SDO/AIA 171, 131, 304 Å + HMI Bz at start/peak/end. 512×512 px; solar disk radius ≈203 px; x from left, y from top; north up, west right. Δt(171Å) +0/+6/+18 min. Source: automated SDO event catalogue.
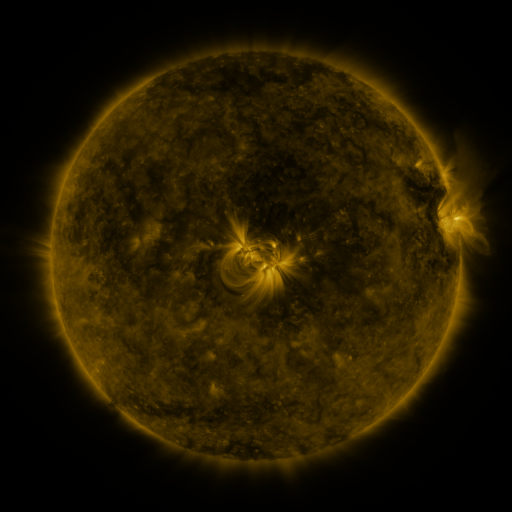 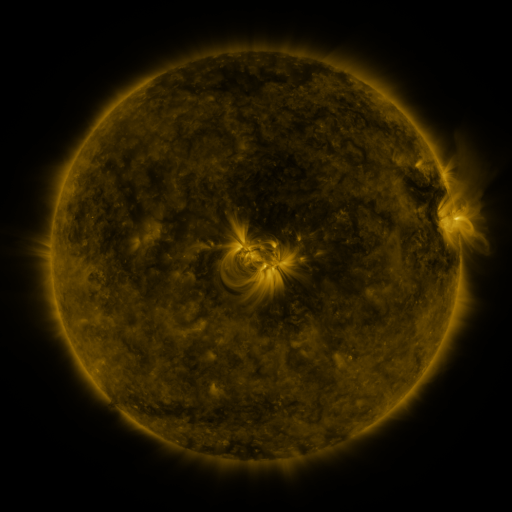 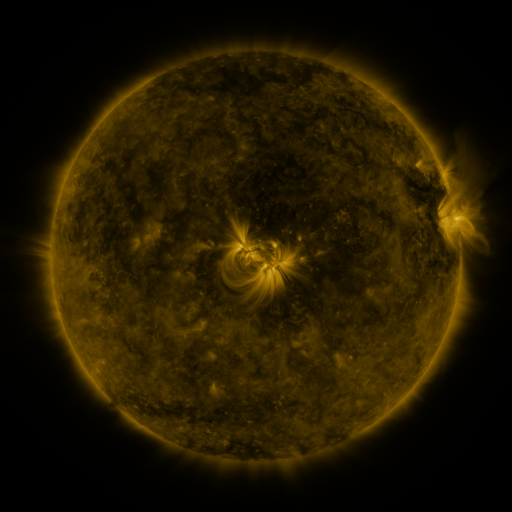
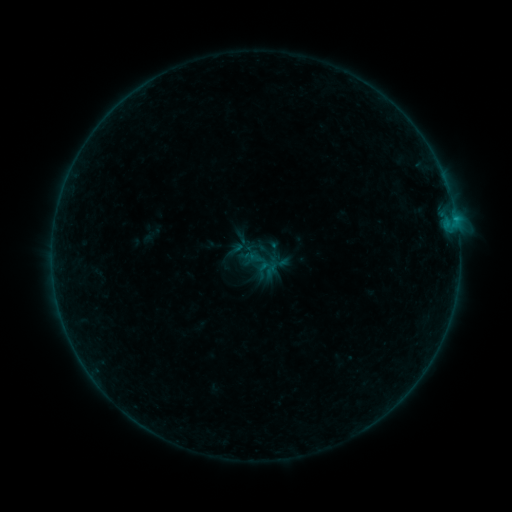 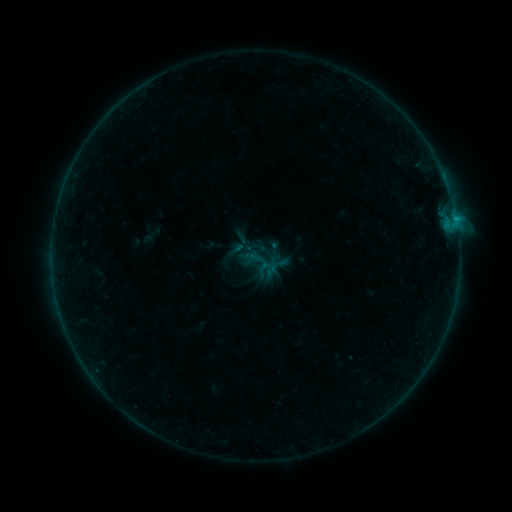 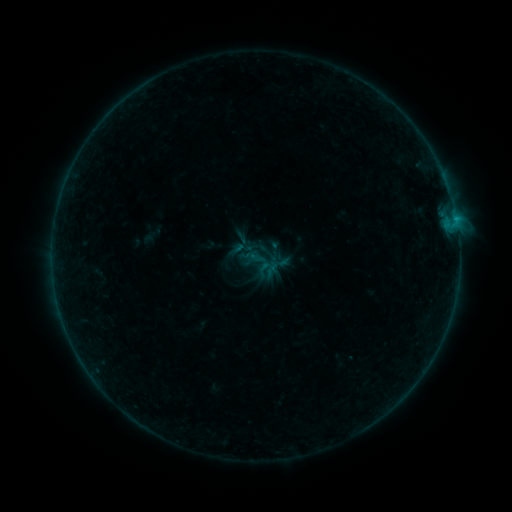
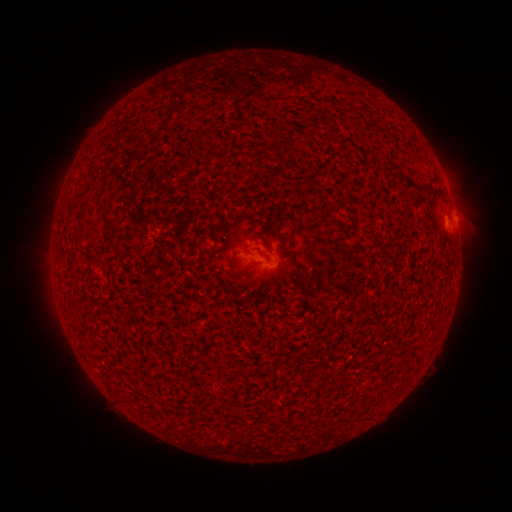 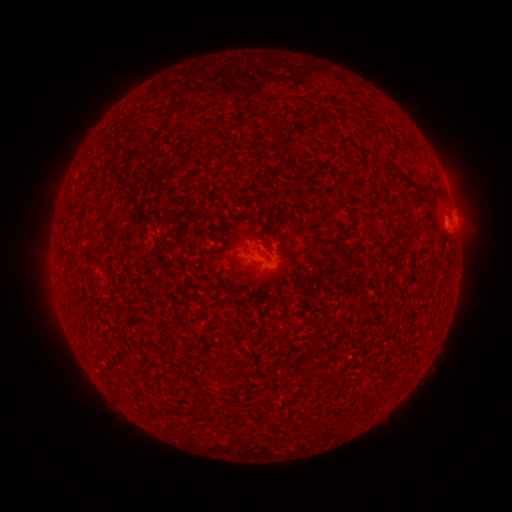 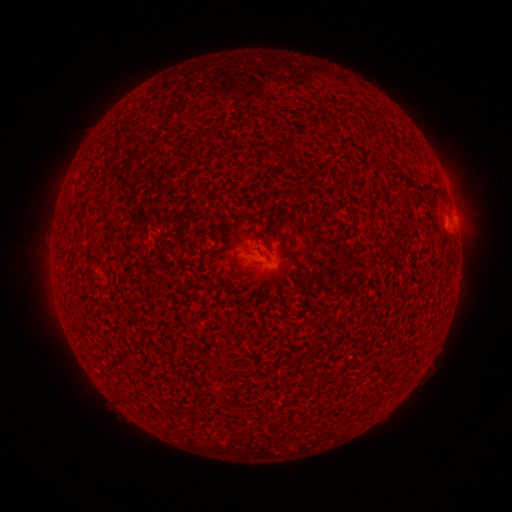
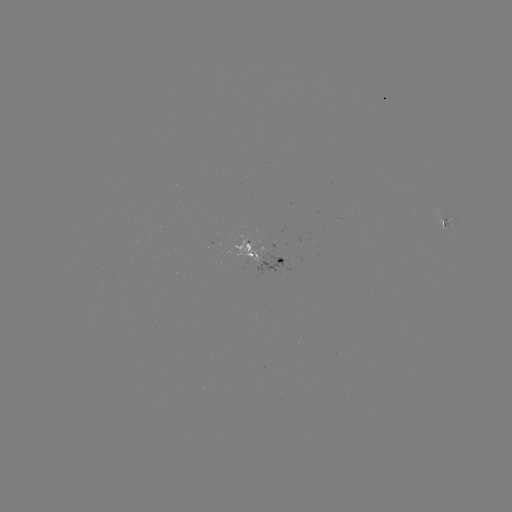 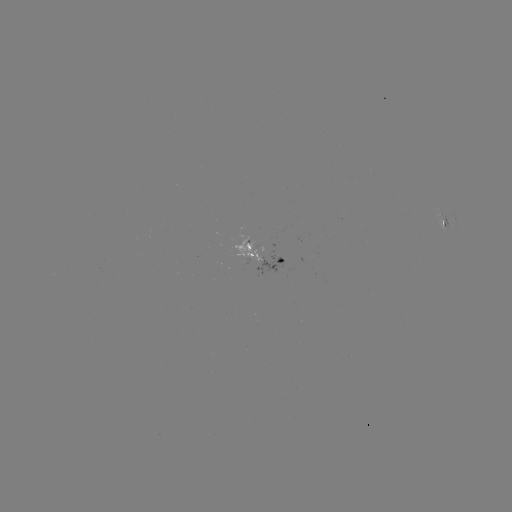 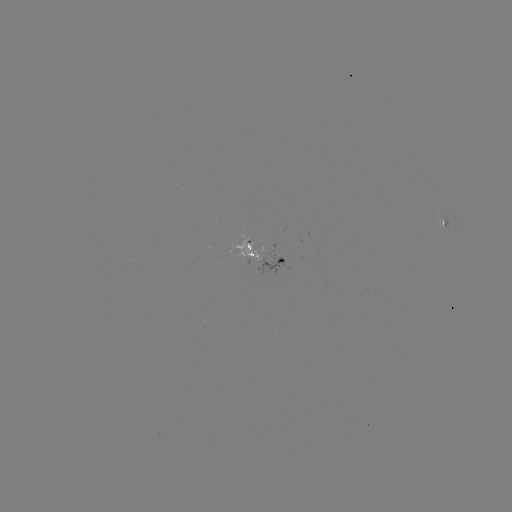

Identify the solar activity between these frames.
nothing was catalogued: no classed flare, no EUV trigger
